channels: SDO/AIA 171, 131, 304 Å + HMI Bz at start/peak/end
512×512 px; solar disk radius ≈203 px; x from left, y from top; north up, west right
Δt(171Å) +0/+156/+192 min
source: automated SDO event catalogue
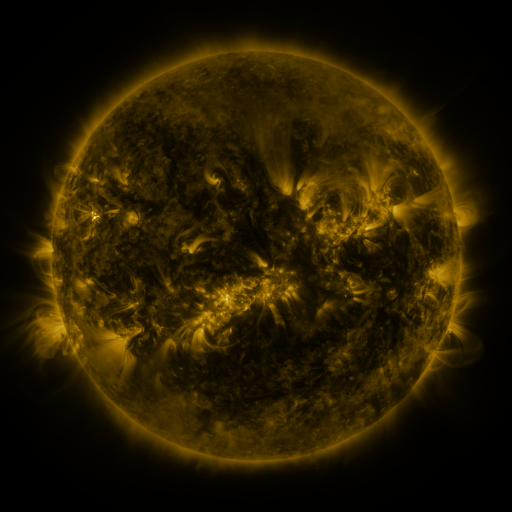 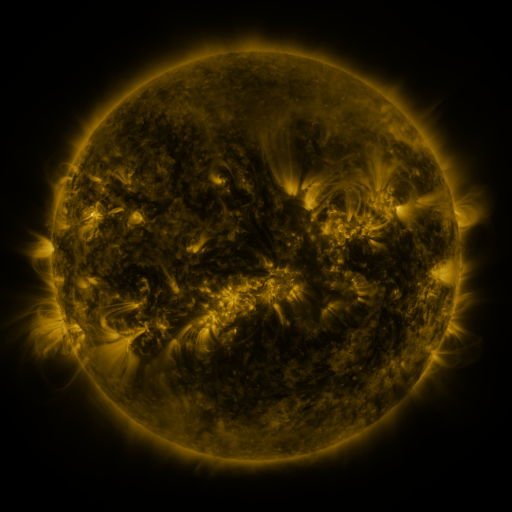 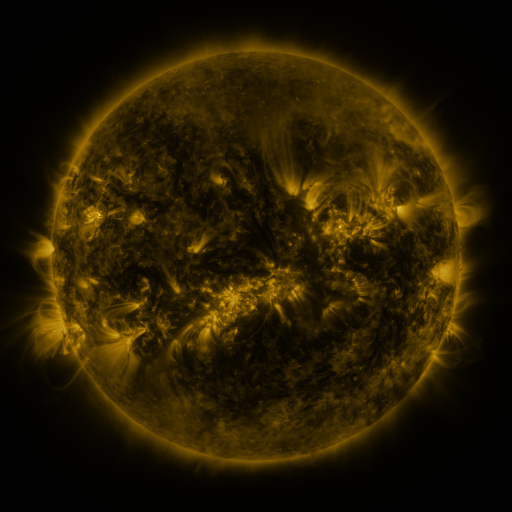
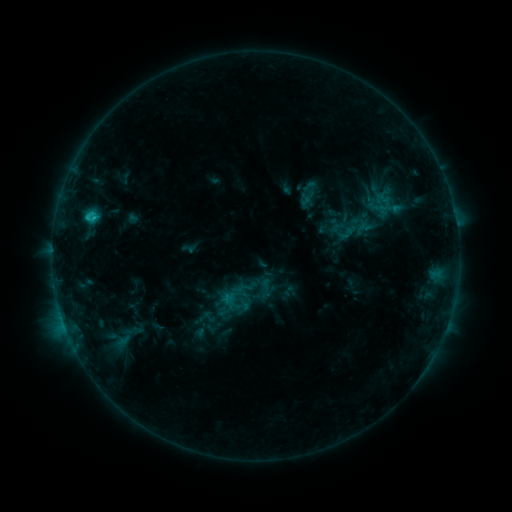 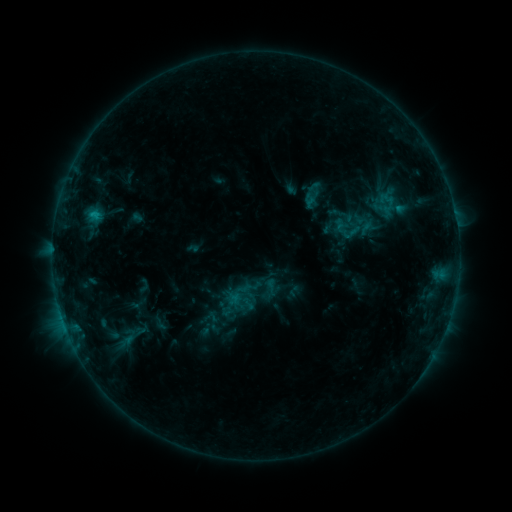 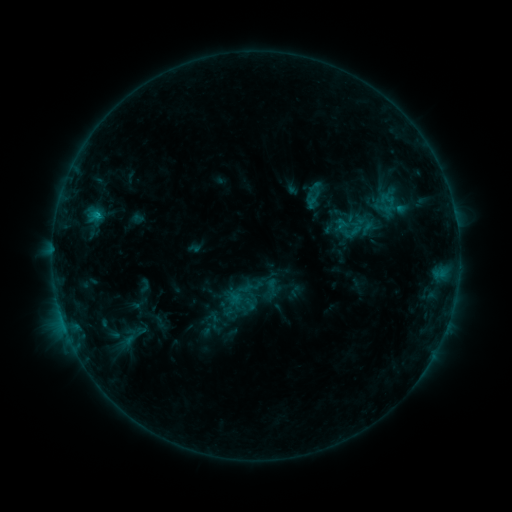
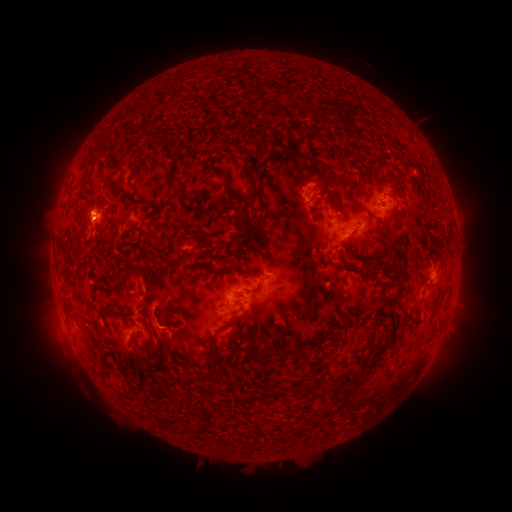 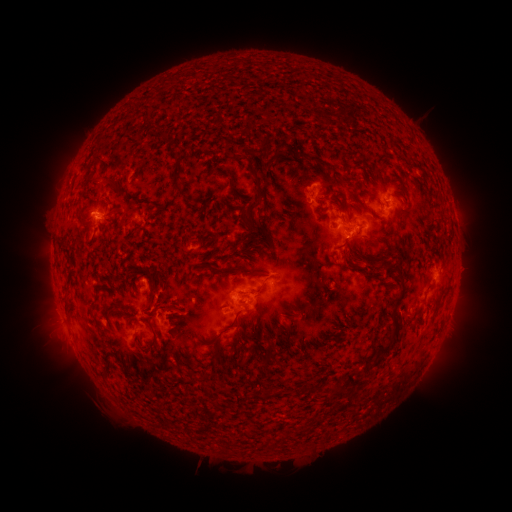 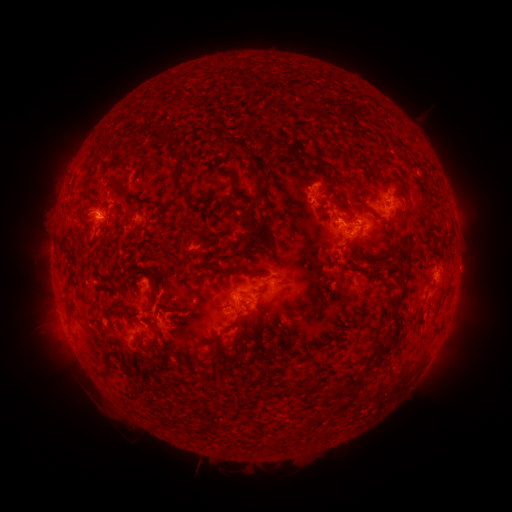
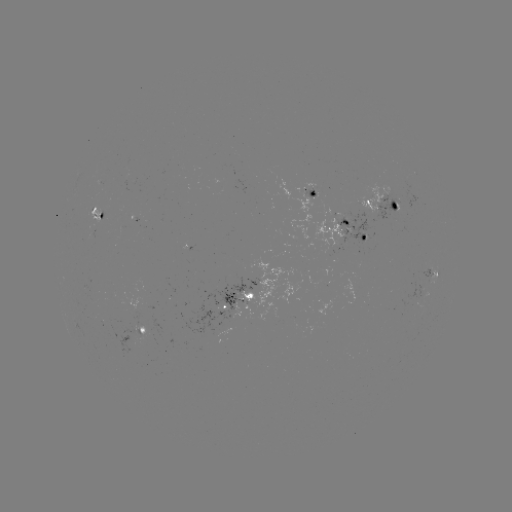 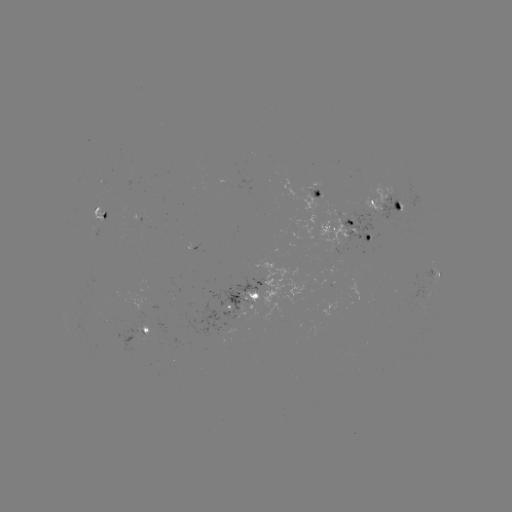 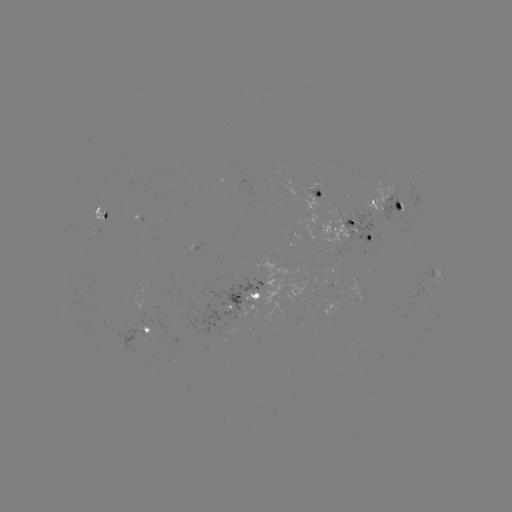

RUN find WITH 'emerging-flux region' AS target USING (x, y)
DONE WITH (356, 223) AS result